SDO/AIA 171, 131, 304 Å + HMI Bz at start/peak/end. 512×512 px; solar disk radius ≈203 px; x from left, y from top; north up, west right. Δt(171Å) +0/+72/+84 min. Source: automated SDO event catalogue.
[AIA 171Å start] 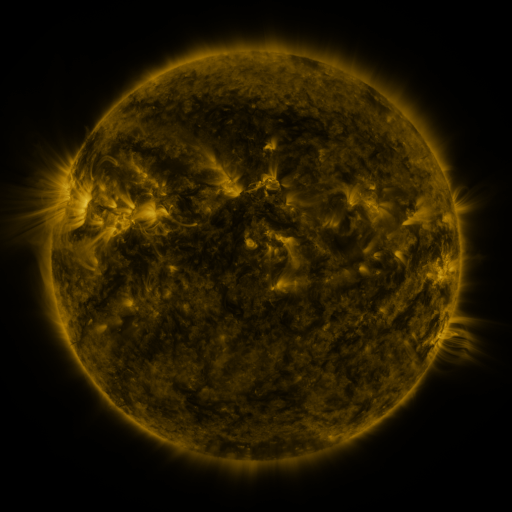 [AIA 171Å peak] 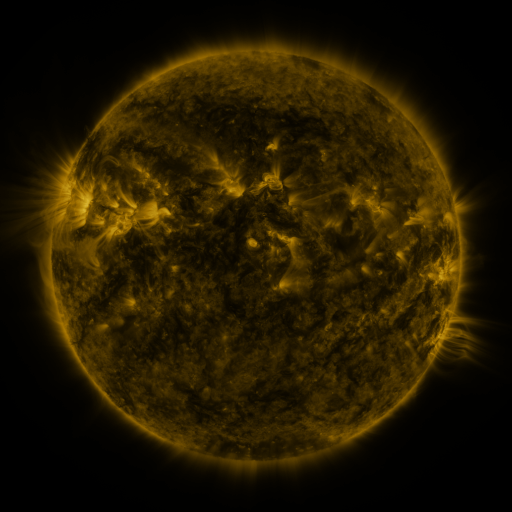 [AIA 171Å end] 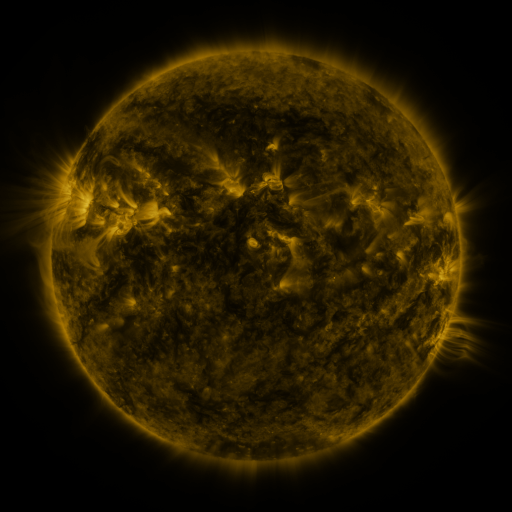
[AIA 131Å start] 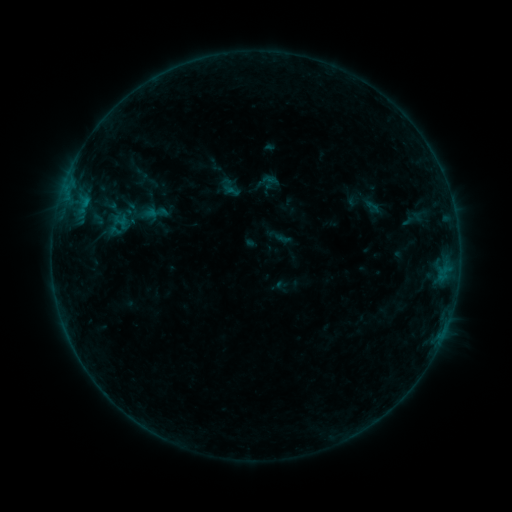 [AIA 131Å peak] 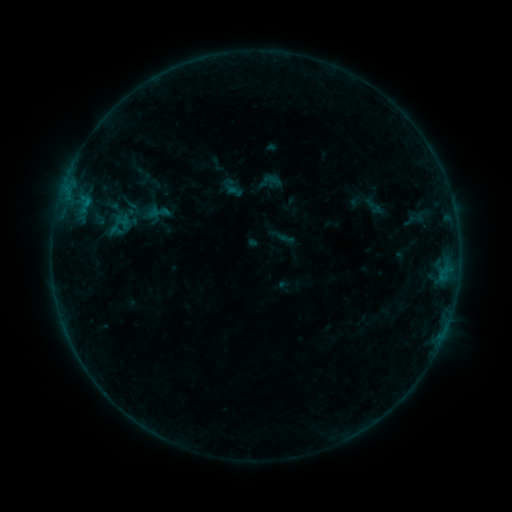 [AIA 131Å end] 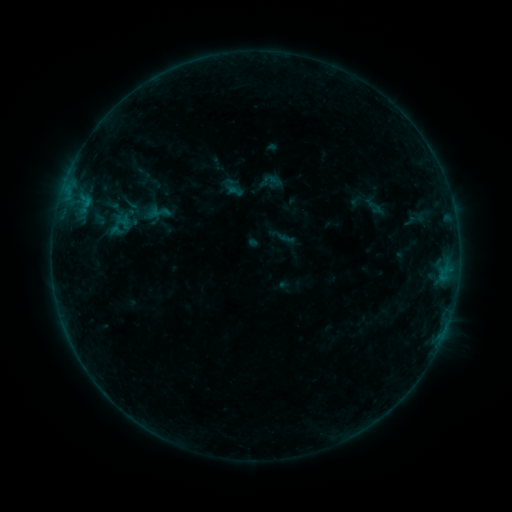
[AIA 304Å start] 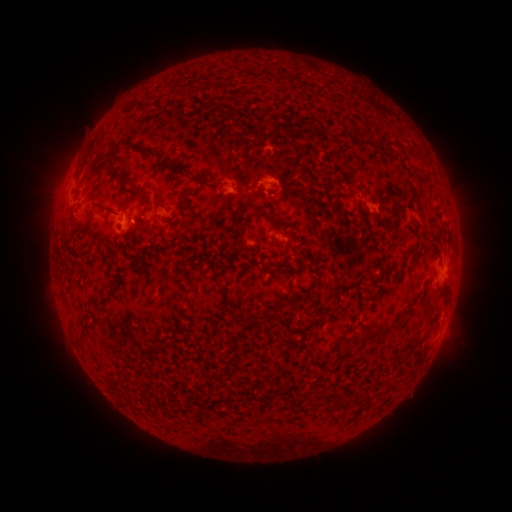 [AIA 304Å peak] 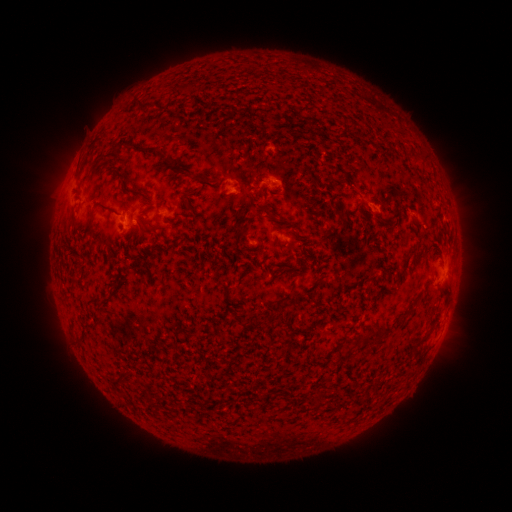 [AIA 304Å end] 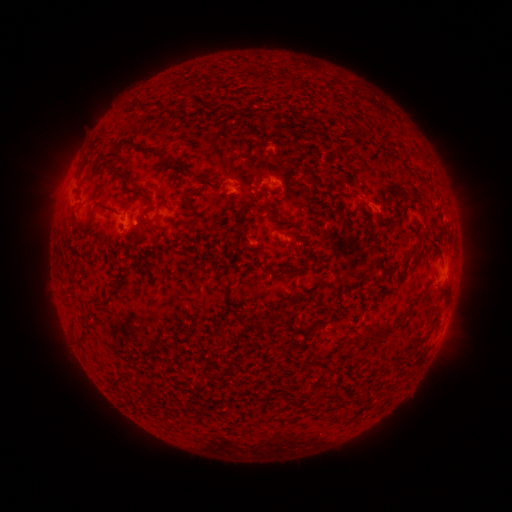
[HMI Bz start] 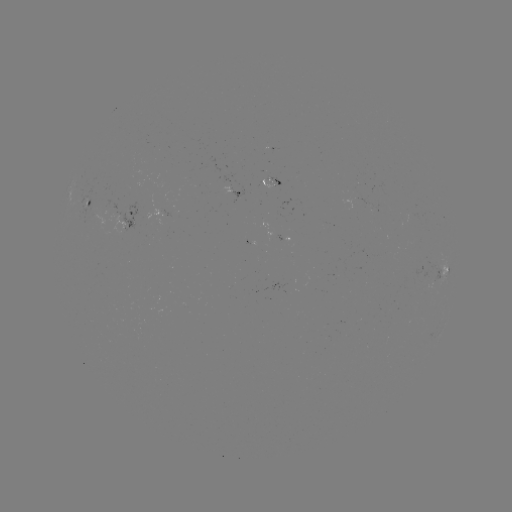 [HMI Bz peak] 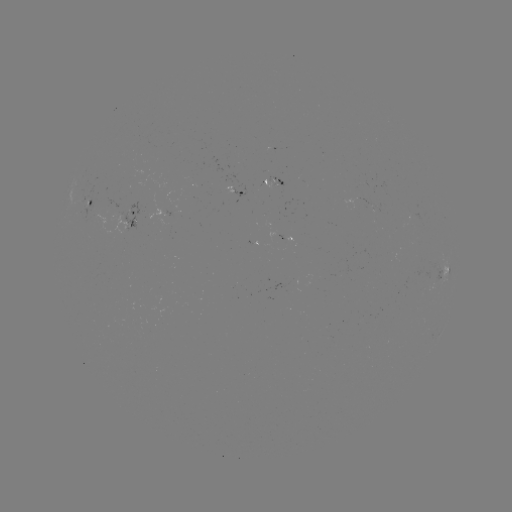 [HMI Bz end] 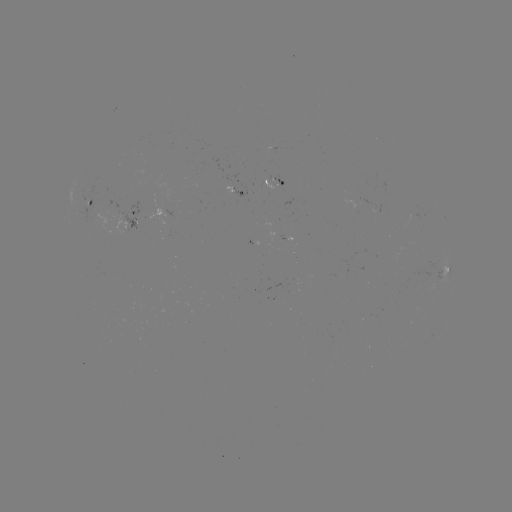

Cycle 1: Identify emerging-flux region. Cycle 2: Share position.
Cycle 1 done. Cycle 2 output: (276, 181).